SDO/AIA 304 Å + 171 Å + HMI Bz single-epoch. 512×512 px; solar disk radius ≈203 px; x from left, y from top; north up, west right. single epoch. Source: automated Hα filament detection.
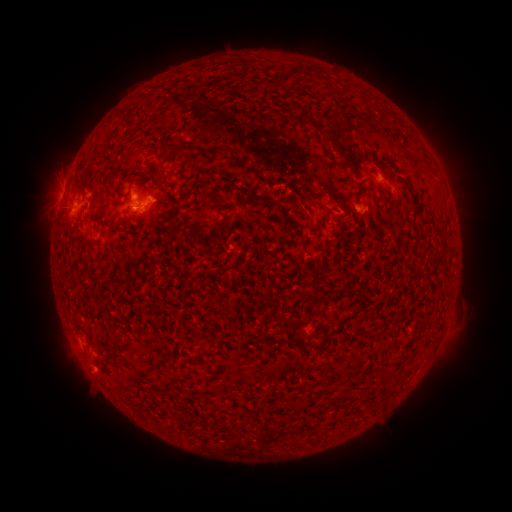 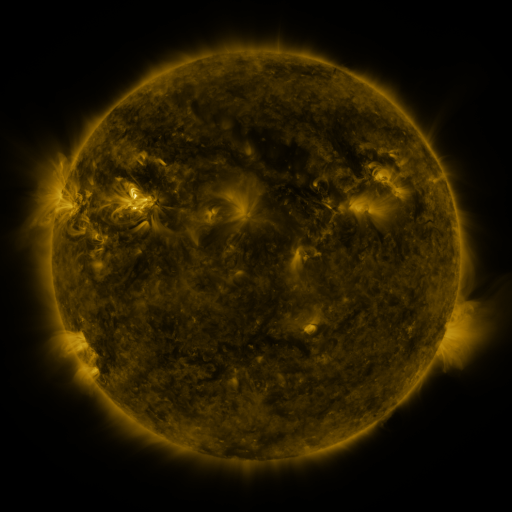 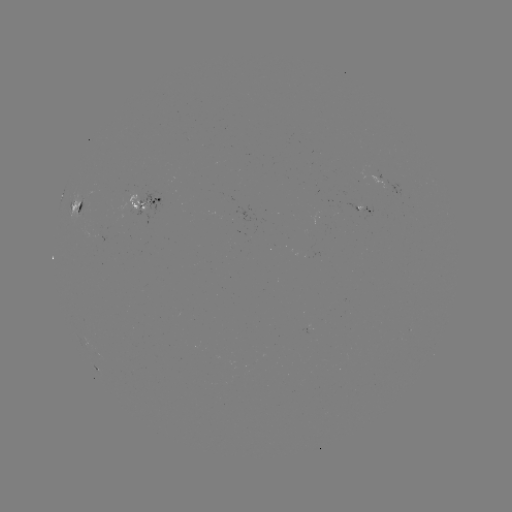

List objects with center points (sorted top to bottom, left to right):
filament: (188, 148)
filament: (224, 174)
filament: (160, 186)
filament: (274, 200)
filament: (315, 201)
filament: (168, 218)
filament: (433, 223)
filament: (443, 249)
filament: (307, 296)
filament: (211, 303)
filament: (286, 341)
filament: (108, 359)
filament: (350, 397)
